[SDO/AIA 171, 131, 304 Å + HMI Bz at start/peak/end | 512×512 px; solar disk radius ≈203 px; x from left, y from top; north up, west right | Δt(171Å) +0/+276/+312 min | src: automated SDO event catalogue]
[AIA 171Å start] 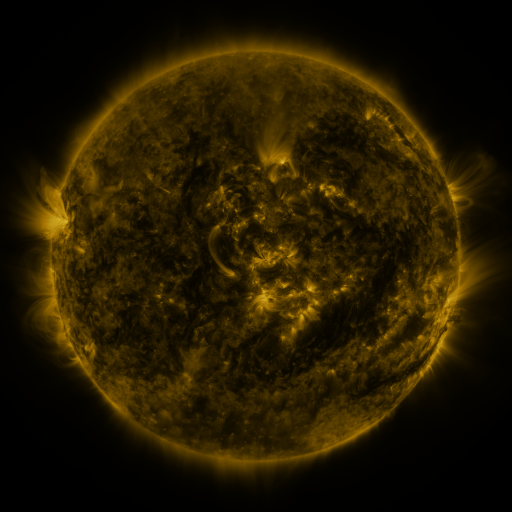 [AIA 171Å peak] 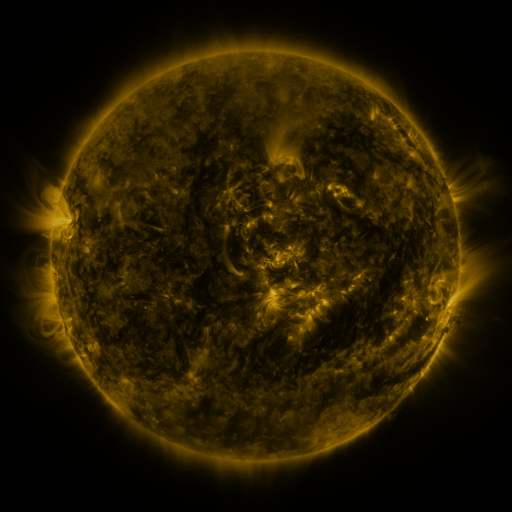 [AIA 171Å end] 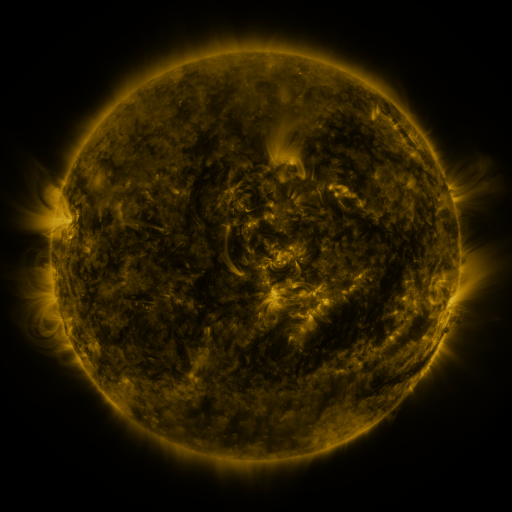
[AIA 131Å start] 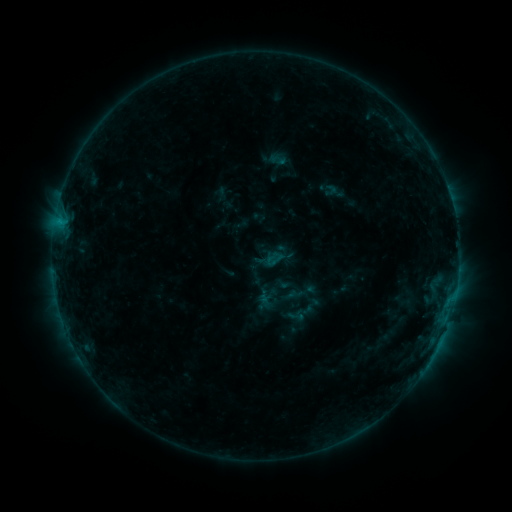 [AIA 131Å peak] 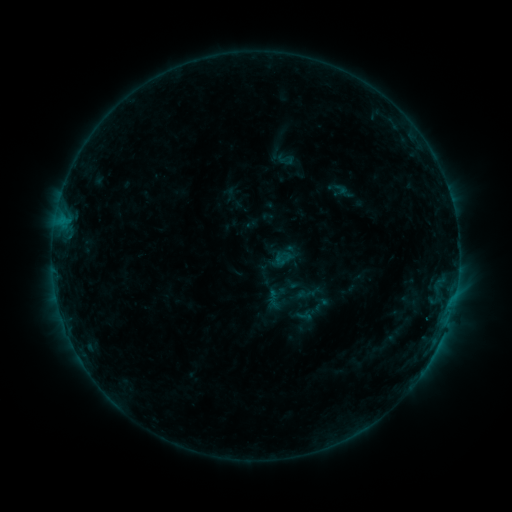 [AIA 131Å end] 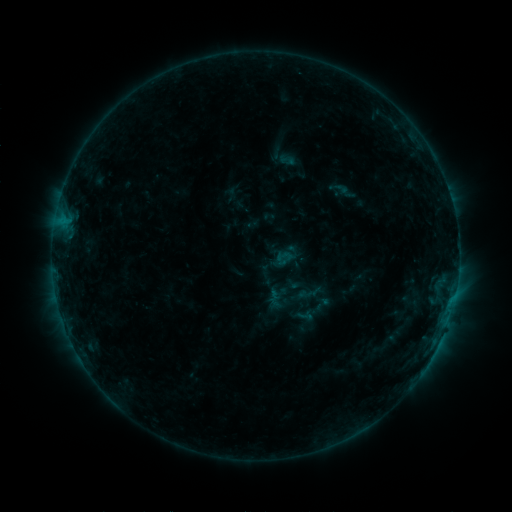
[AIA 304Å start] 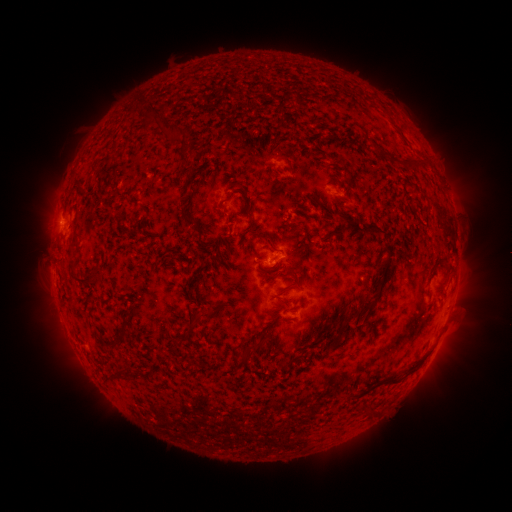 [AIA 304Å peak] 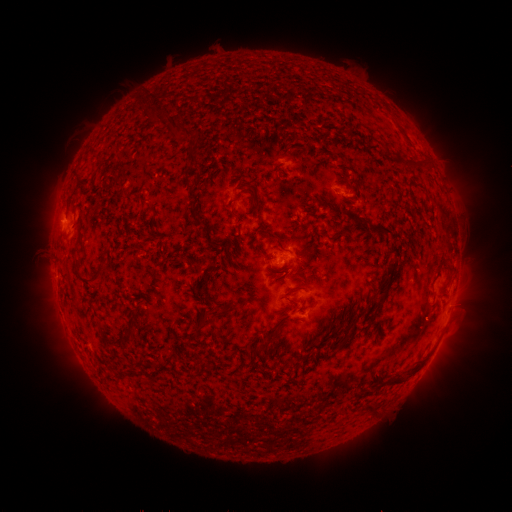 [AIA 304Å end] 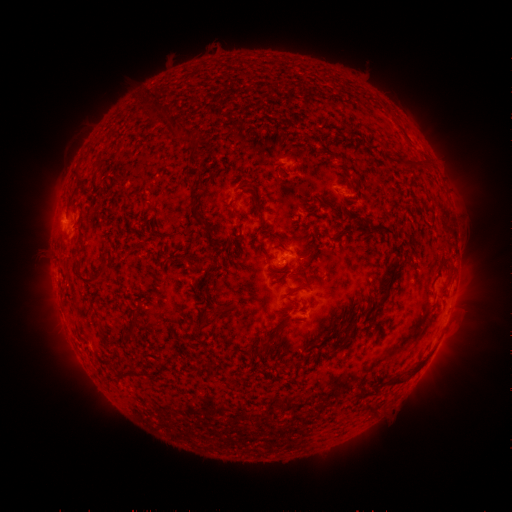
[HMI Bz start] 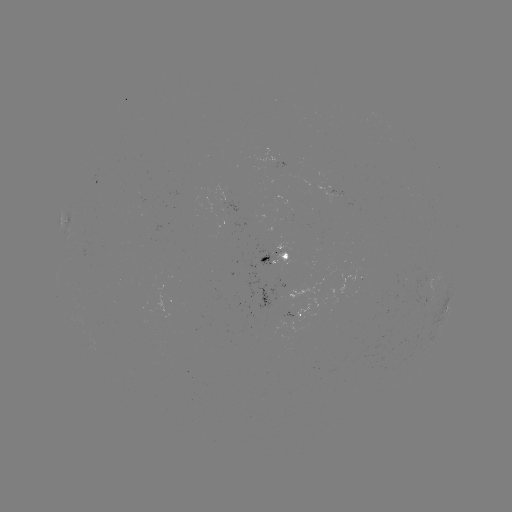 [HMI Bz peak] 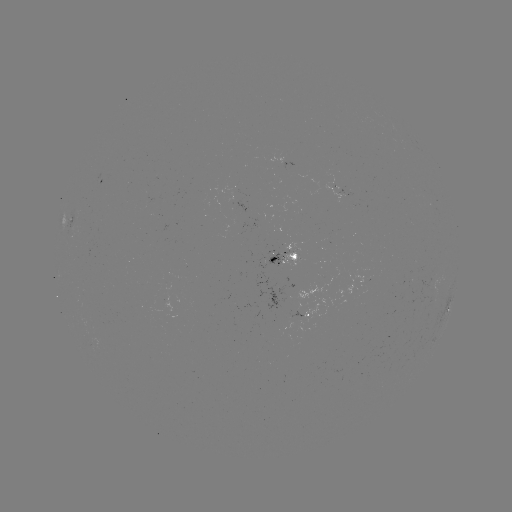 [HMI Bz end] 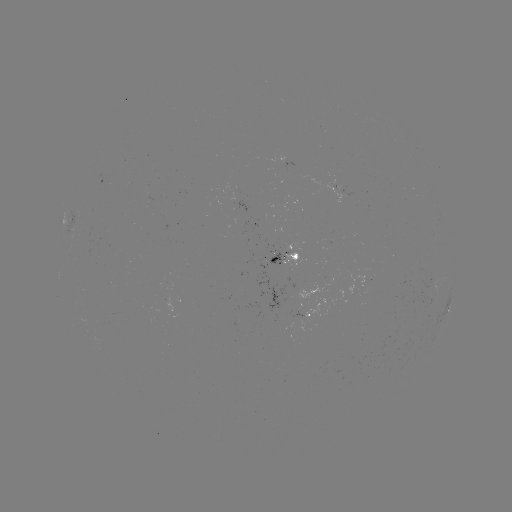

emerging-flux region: (322, 186, 341, 204)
